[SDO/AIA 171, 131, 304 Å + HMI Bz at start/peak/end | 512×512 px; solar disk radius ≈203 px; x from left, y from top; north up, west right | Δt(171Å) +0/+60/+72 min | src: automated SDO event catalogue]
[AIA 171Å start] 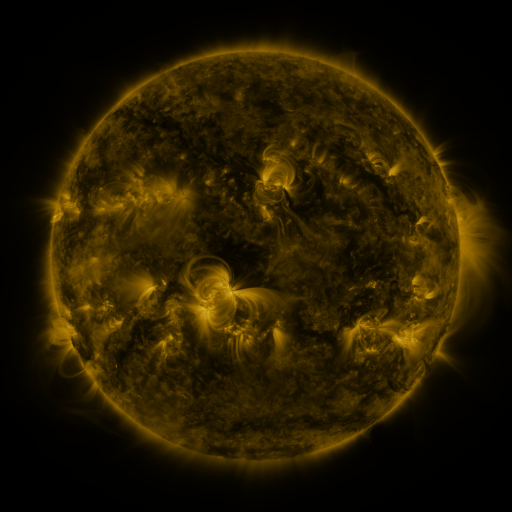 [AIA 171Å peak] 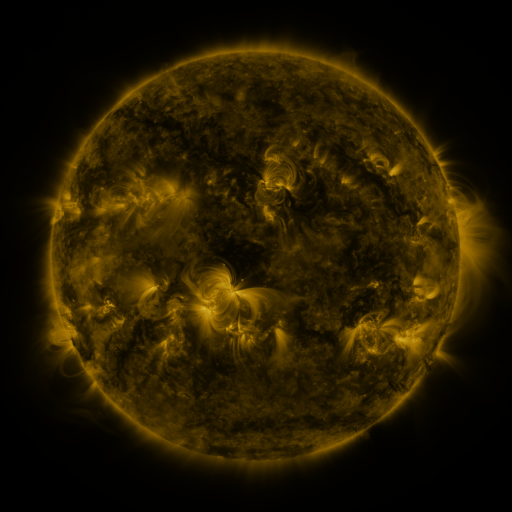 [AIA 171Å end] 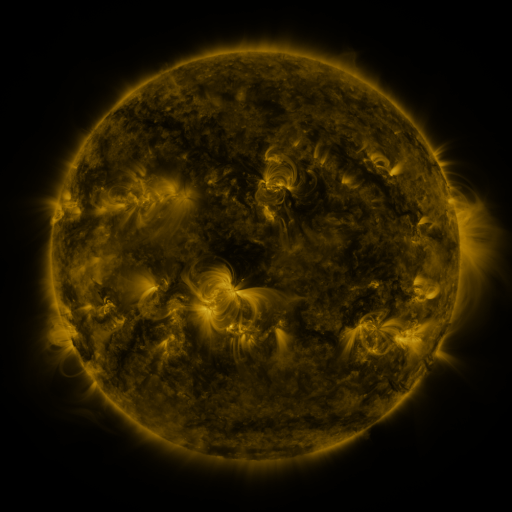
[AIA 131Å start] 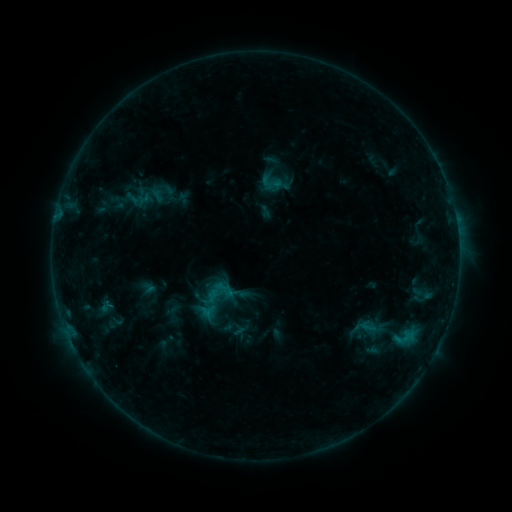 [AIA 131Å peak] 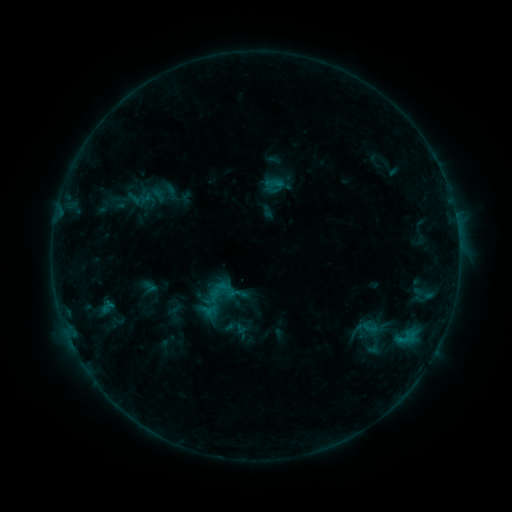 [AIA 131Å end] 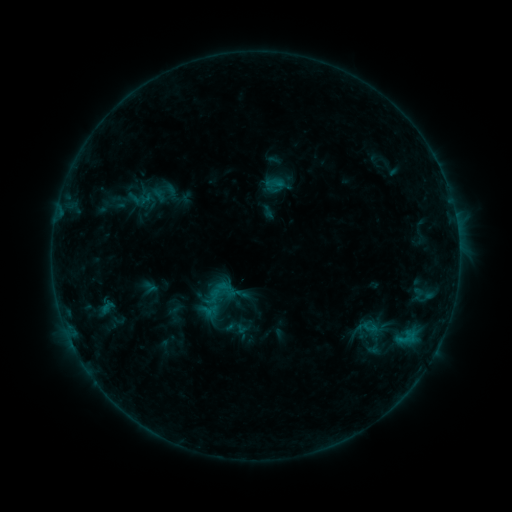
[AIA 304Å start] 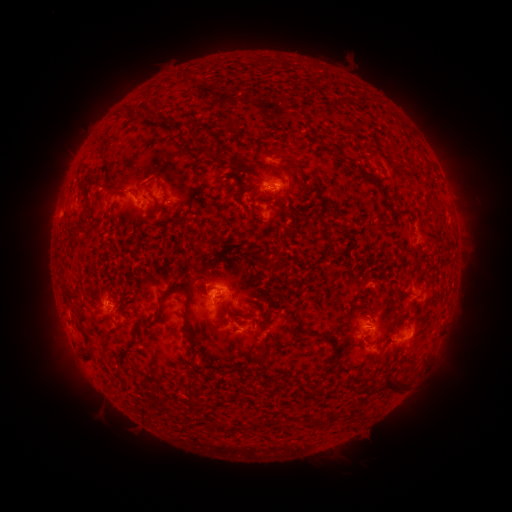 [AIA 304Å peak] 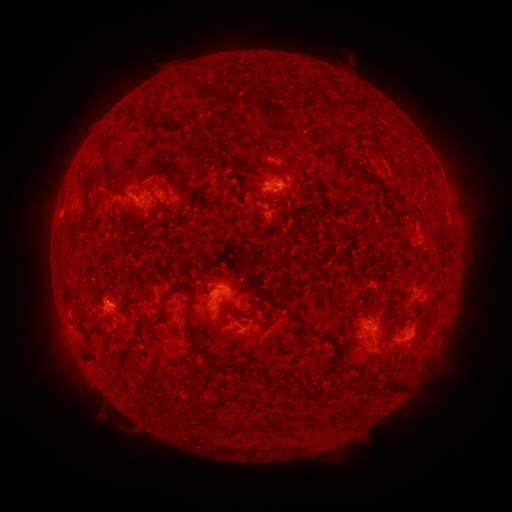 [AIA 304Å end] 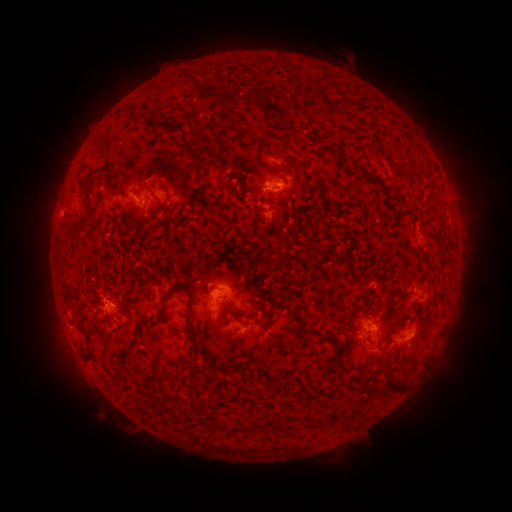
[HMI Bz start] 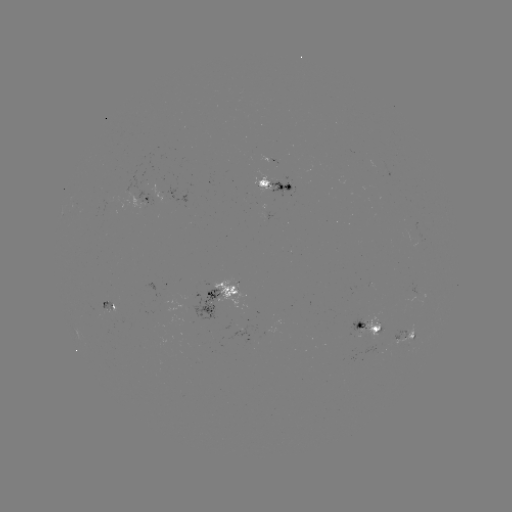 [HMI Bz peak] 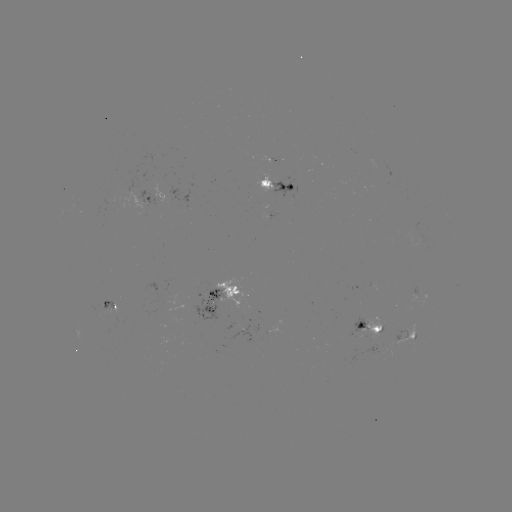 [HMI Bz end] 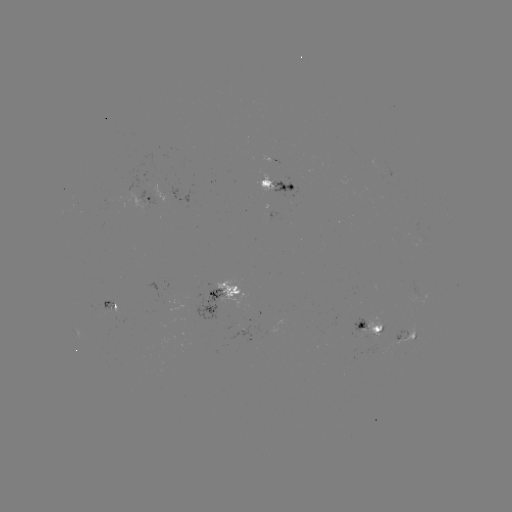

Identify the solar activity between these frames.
emerging-flux region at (113, 314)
